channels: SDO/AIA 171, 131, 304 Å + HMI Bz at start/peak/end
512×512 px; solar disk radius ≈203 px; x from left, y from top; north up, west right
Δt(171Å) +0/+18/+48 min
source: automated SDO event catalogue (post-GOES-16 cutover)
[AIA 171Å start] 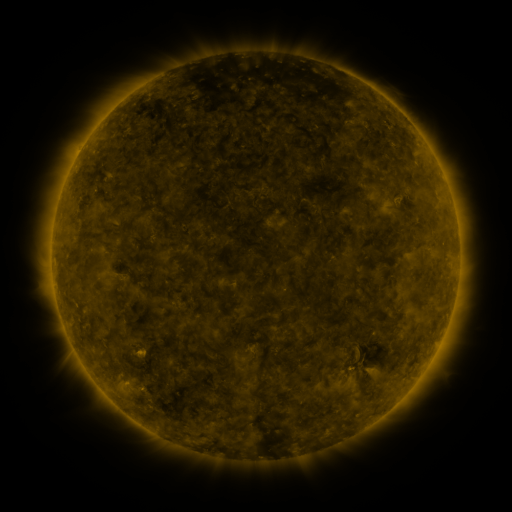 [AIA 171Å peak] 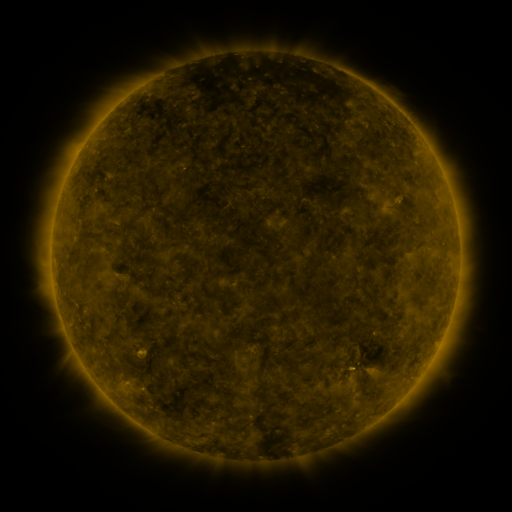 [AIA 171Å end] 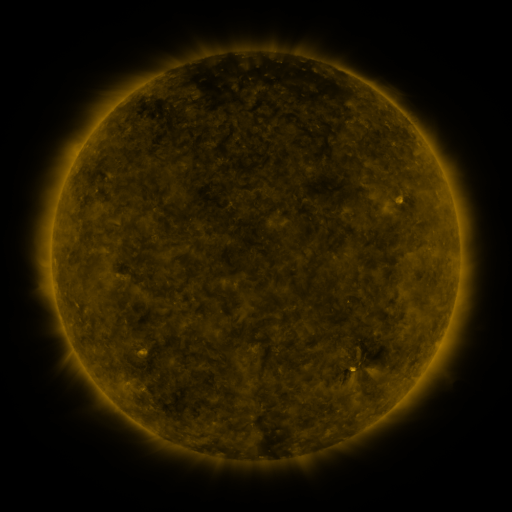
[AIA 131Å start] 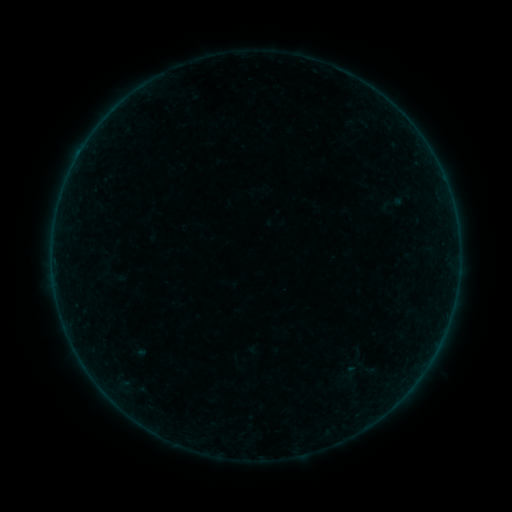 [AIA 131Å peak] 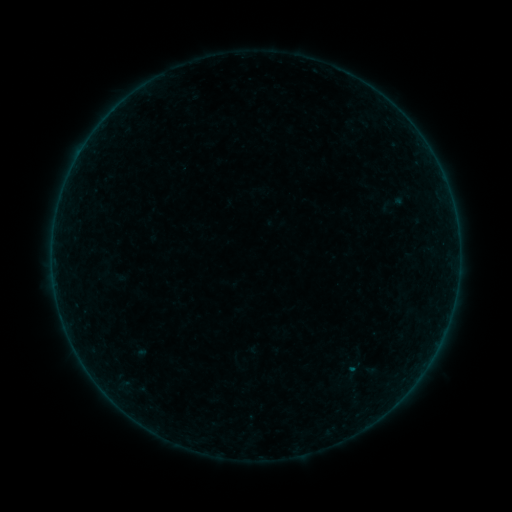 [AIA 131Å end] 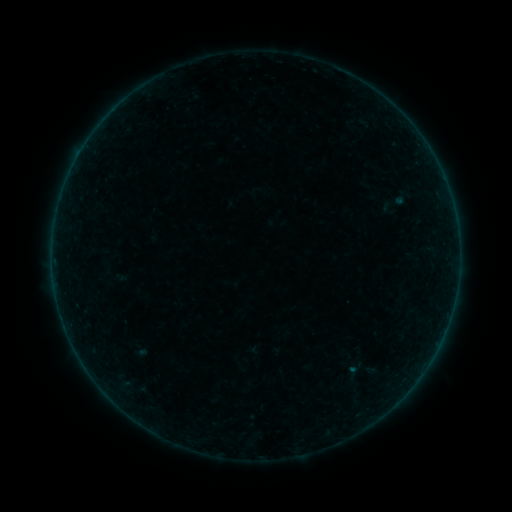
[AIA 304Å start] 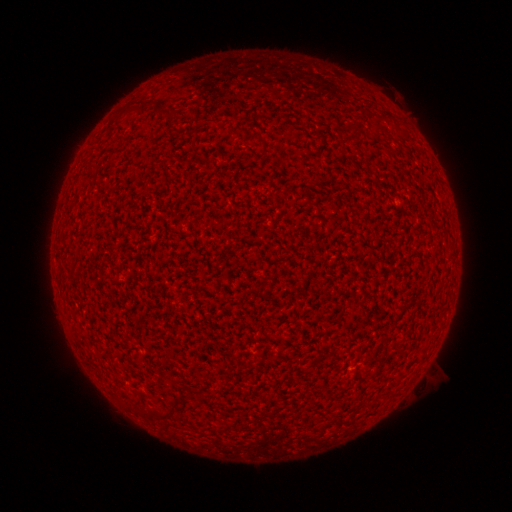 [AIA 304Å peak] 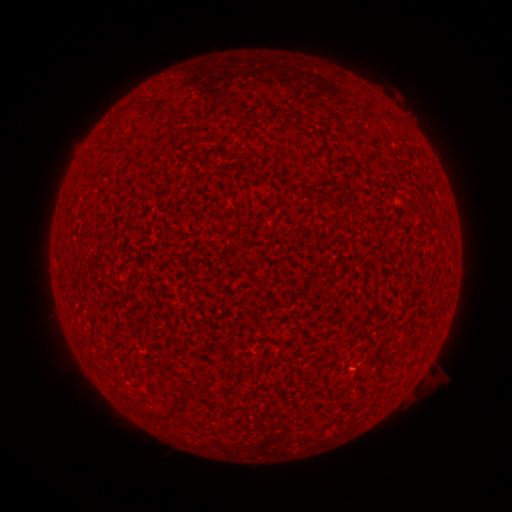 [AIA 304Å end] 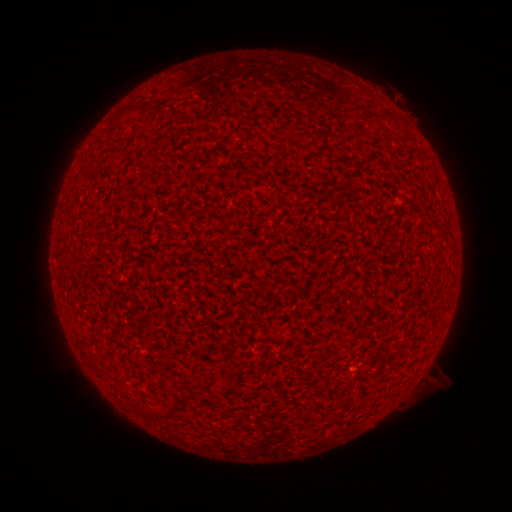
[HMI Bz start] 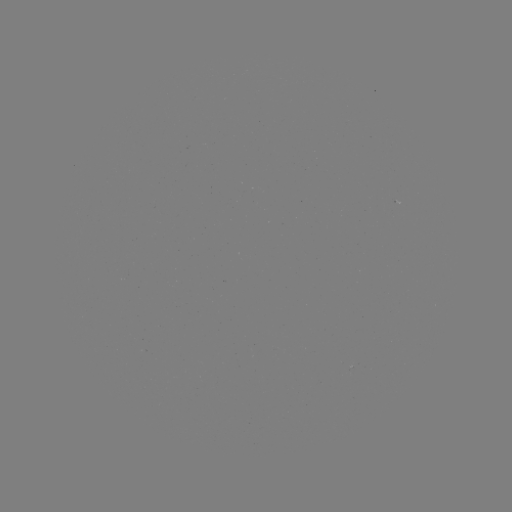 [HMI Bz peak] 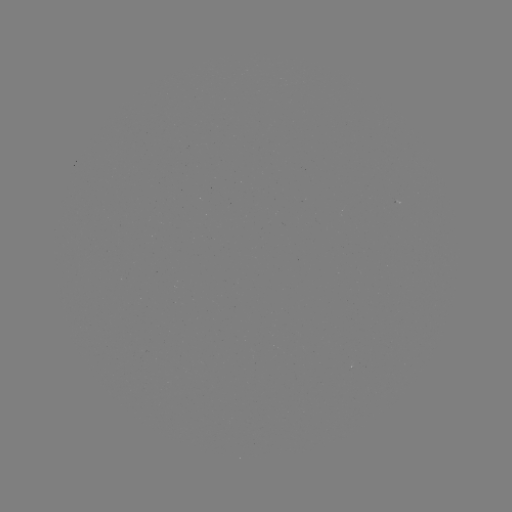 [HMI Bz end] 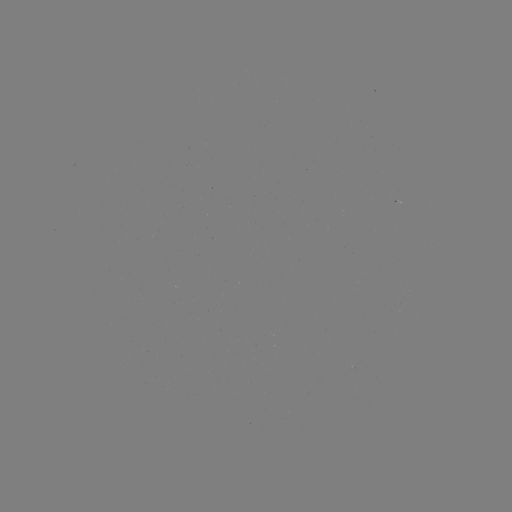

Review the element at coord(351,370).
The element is A3.5 flare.